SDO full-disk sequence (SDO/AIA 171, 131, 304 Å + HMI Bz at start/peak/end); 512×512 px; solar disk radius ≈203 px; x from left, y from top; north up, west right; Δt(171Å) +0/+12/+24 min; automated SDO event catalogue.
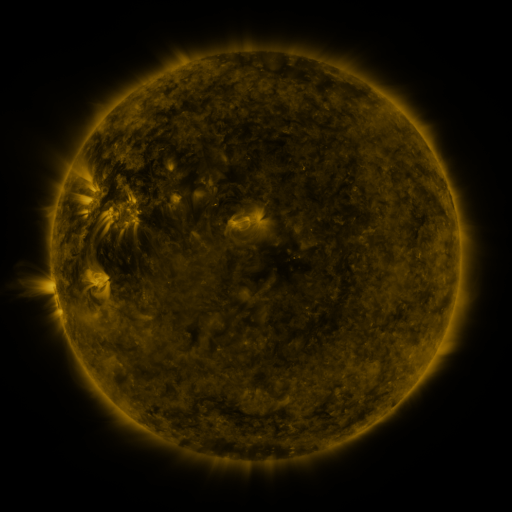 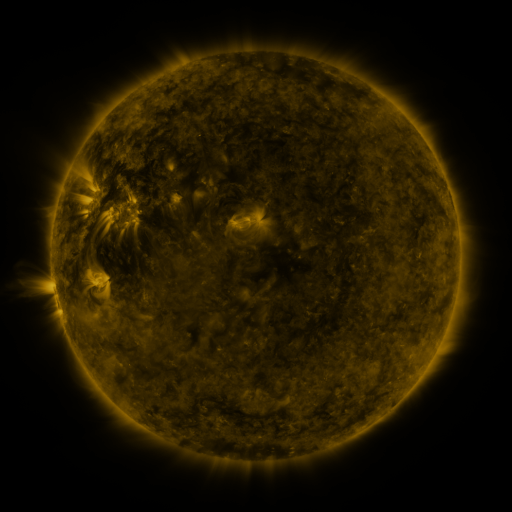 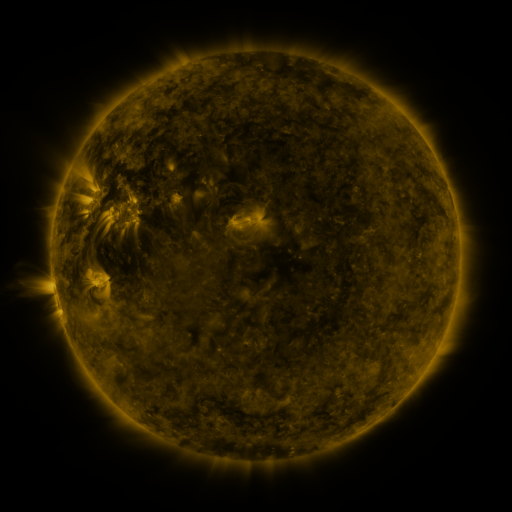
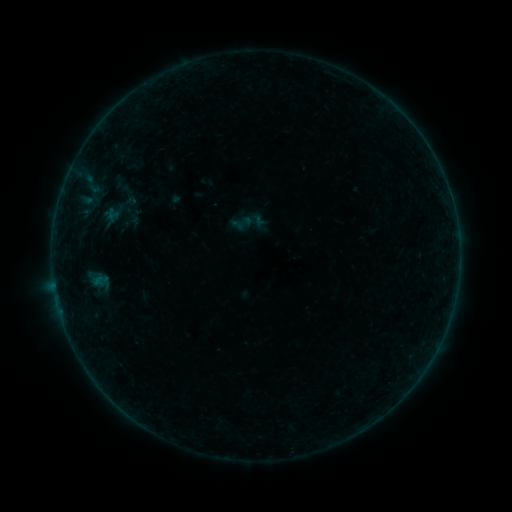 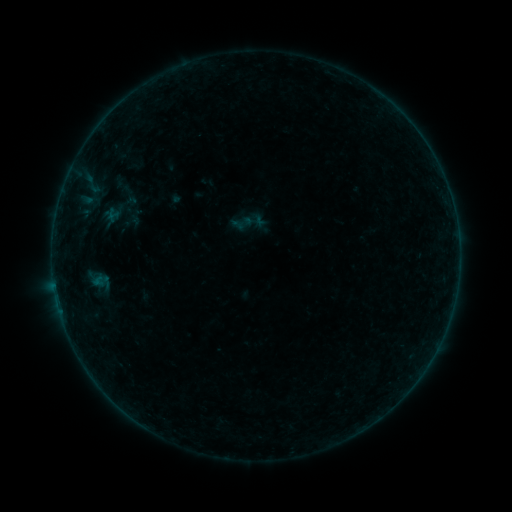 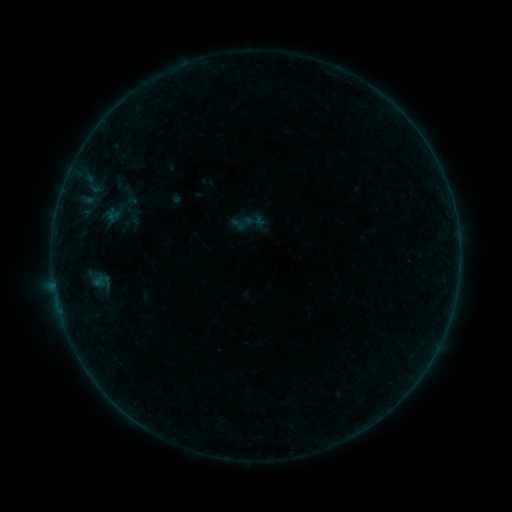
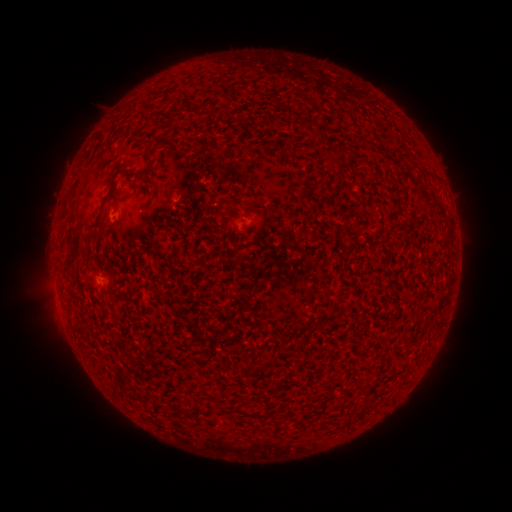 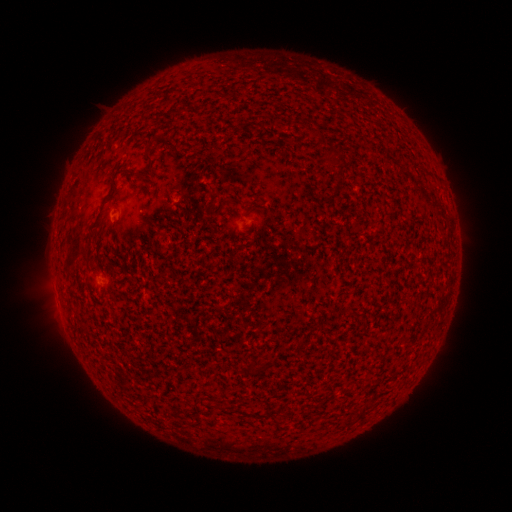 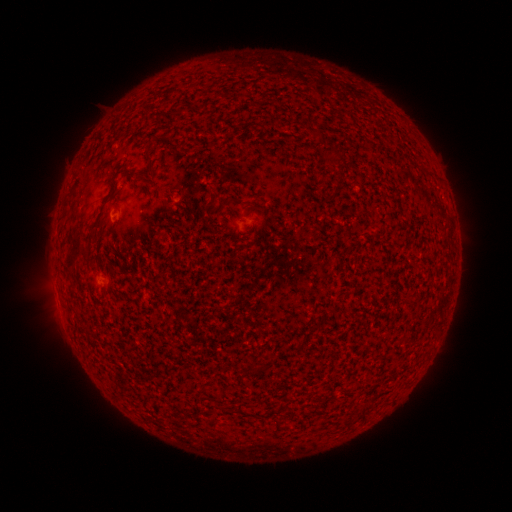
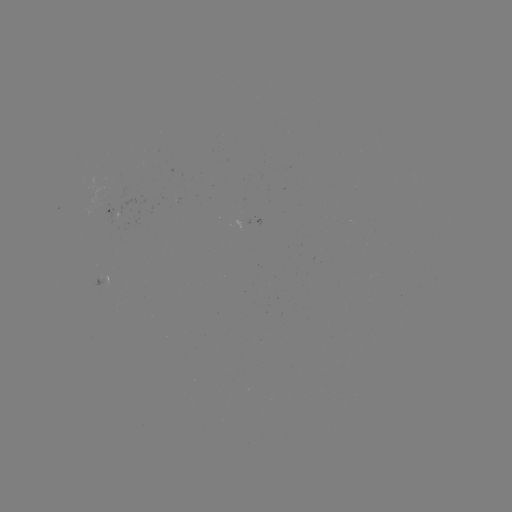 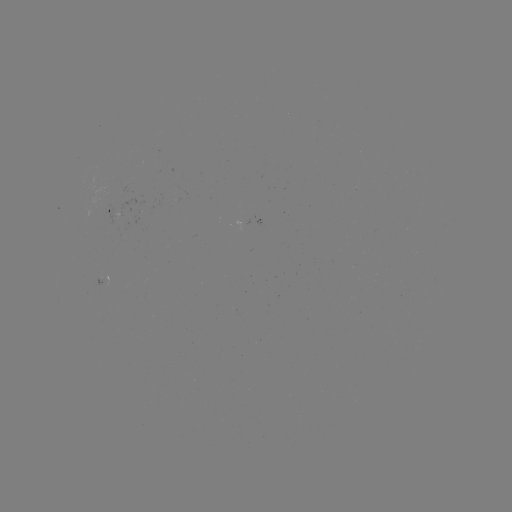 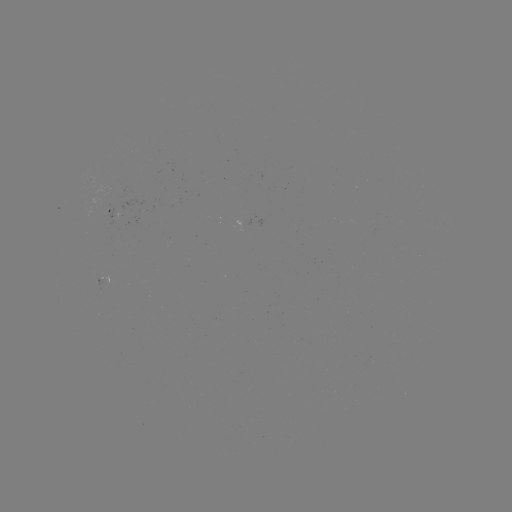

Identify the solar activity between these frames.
no classed flare was catalogued and no EUV brightening was flagged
